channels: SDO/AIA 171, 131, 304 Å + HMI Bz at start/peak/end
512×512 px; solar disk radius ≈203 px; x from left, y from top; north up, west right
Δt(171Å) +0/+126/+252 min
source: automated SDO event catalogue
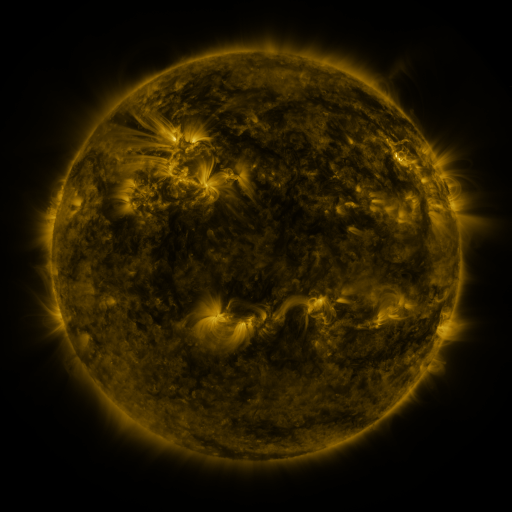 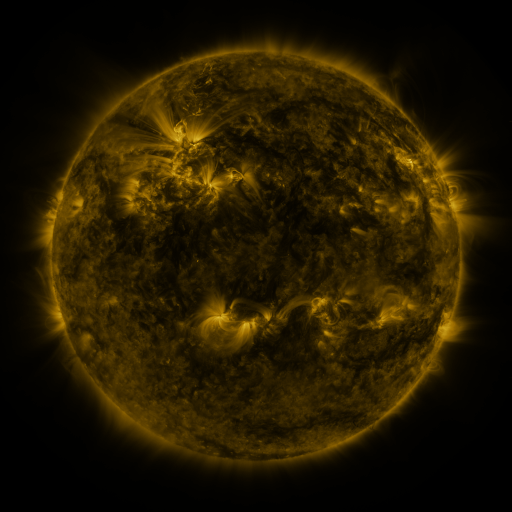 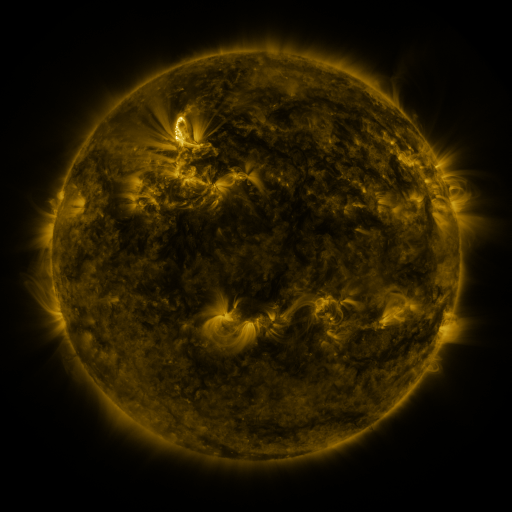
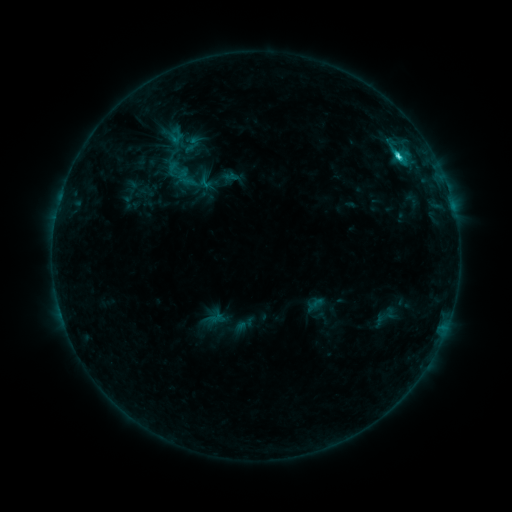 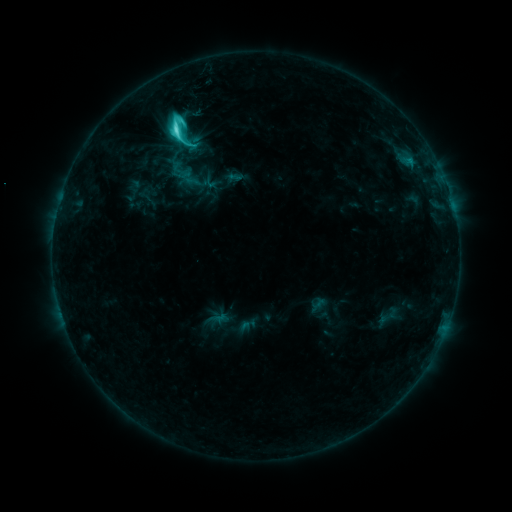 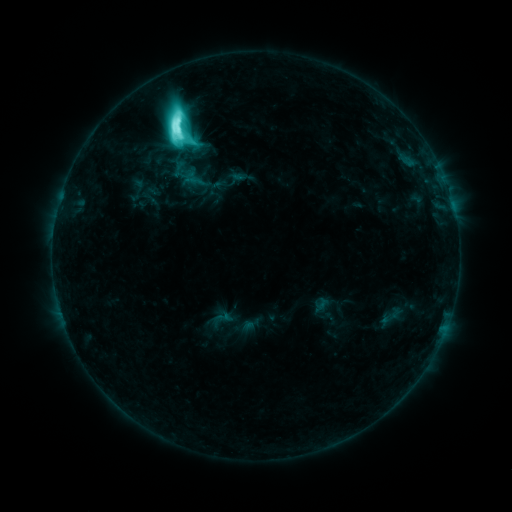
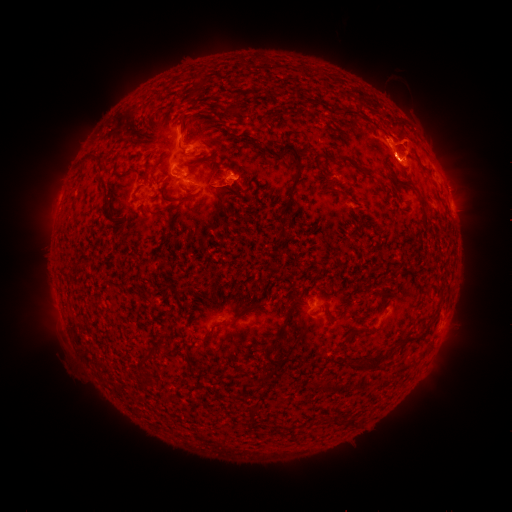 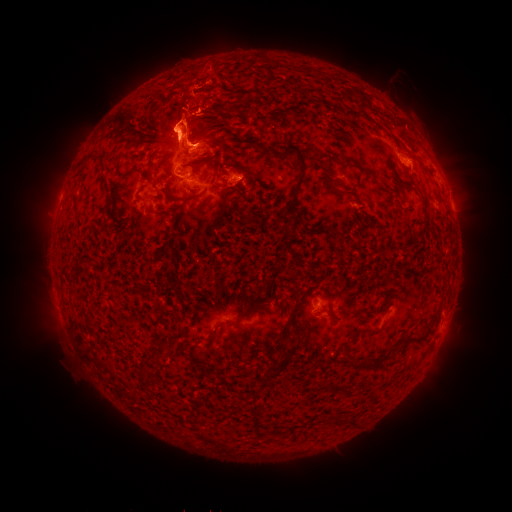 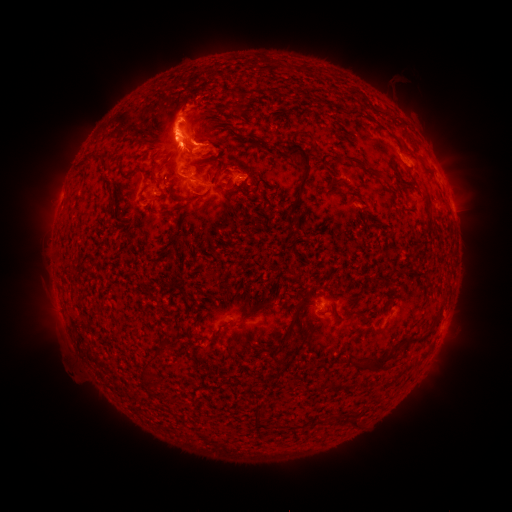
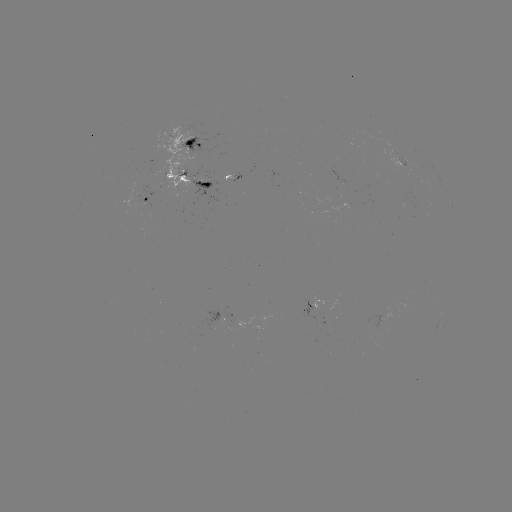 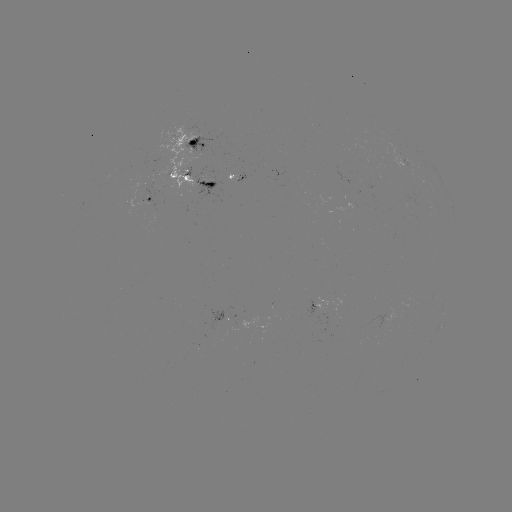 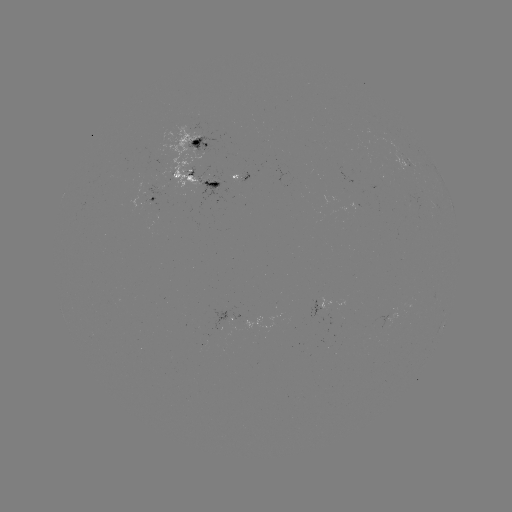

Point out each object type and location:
filament eruption: (192, 103)
